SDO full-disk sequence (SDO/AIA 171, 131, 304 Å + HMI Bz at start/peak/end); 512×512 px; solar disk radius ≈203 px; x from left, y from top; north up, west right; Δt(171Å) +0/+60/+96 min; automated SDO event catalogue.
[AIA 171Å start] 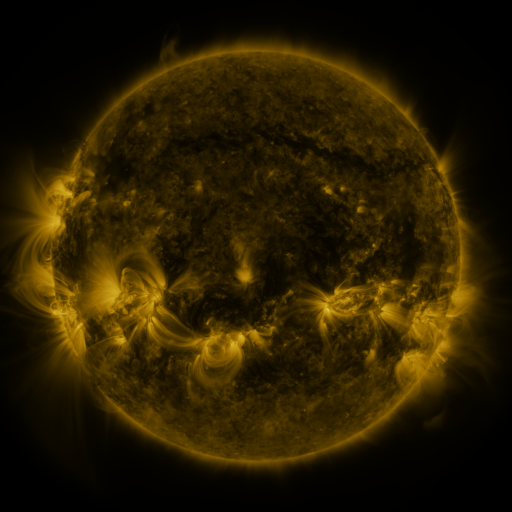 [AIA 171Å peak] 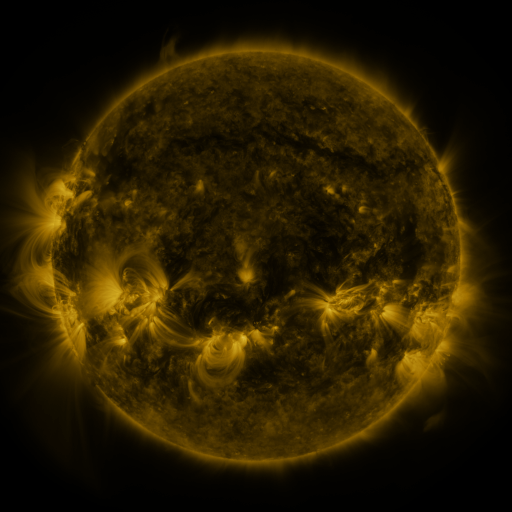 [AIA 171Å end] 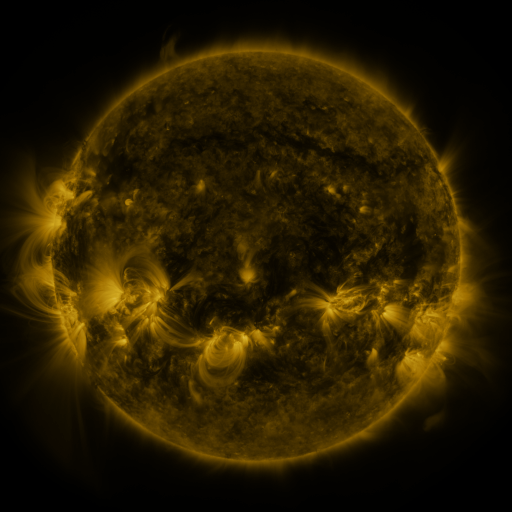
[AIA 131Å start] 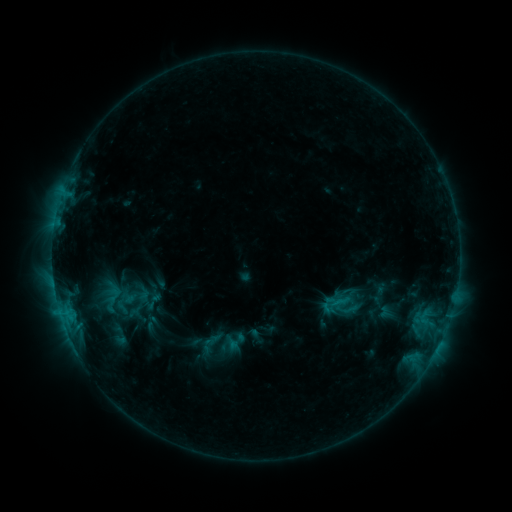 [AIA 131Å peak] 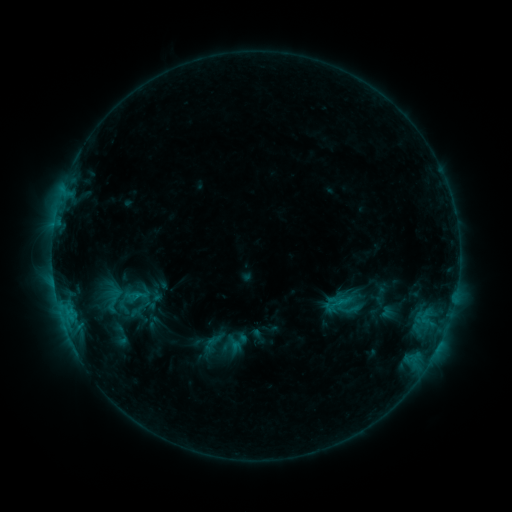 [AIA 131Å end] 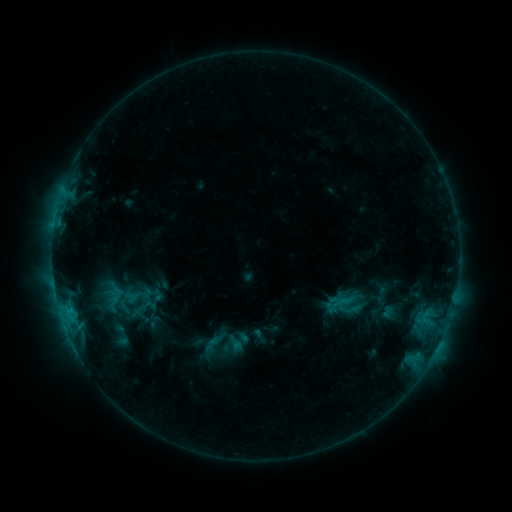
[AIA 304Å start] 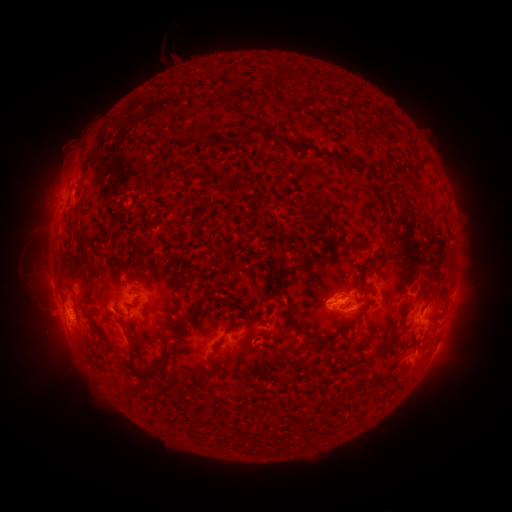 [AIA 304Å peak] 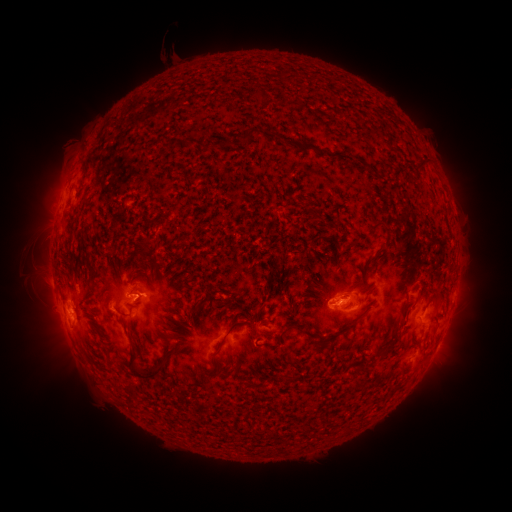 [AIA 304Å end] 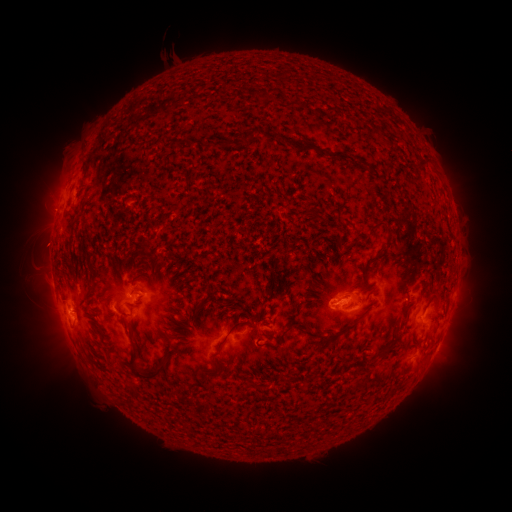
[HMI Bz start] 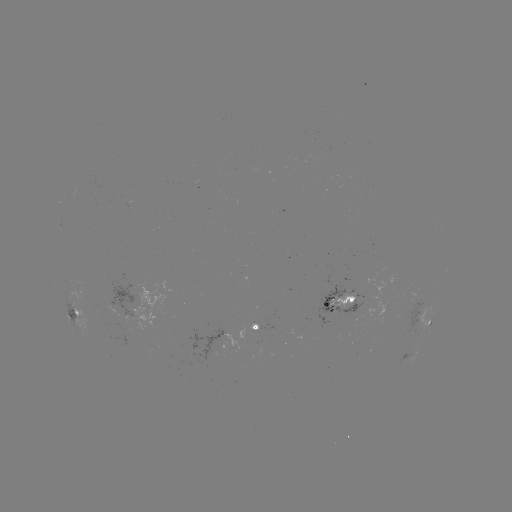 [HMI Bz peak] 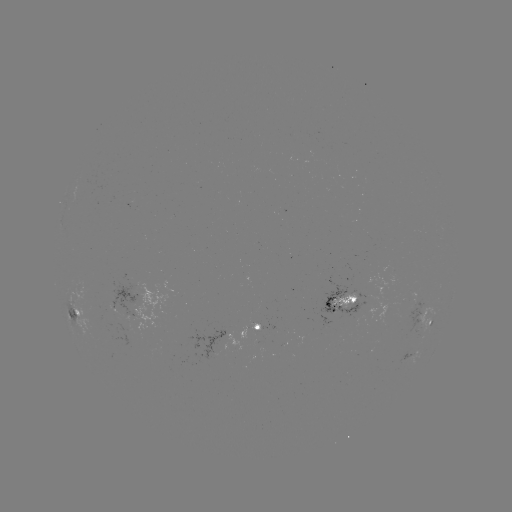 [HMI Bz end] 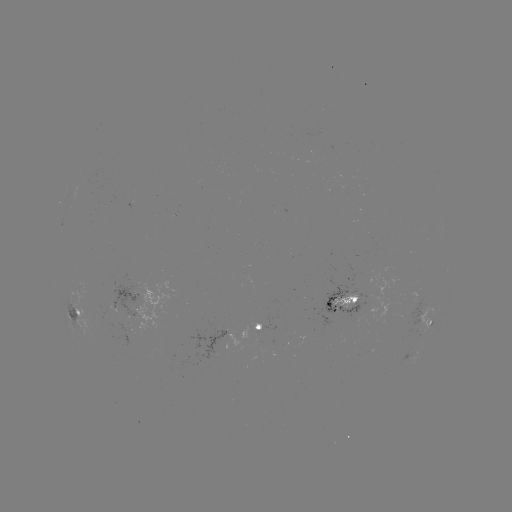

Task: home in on emerging-flux region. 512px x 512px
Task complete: (254, 322).